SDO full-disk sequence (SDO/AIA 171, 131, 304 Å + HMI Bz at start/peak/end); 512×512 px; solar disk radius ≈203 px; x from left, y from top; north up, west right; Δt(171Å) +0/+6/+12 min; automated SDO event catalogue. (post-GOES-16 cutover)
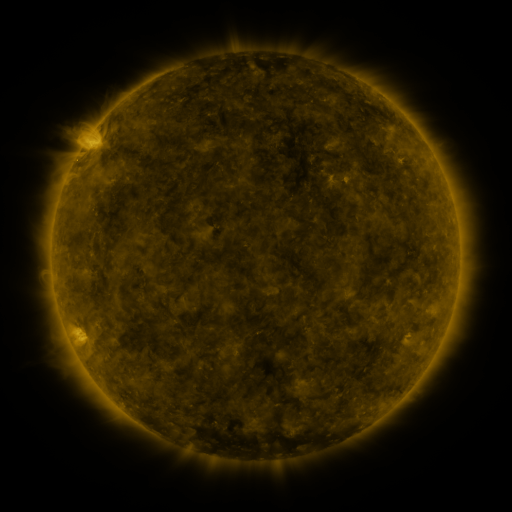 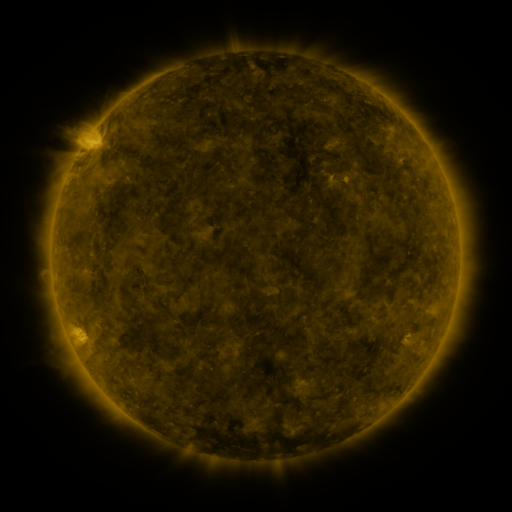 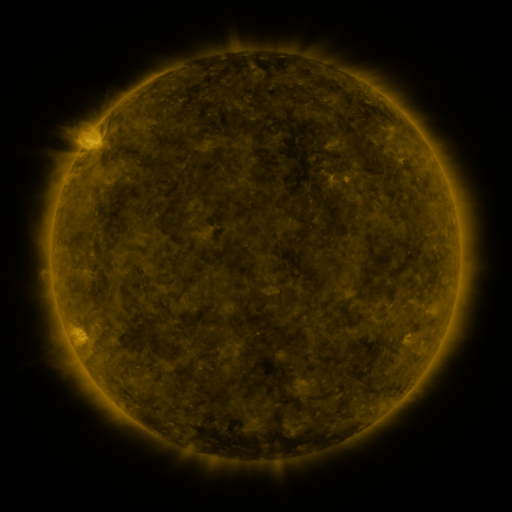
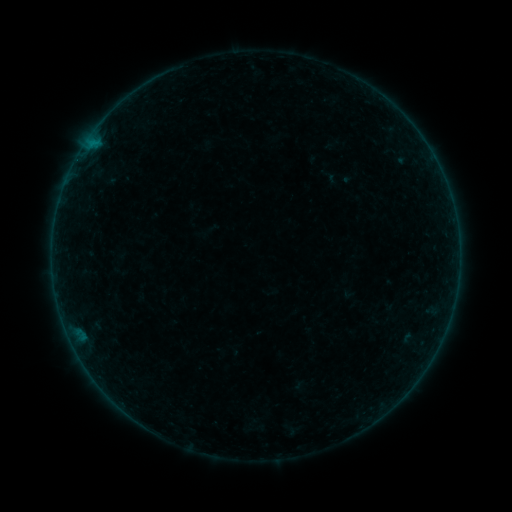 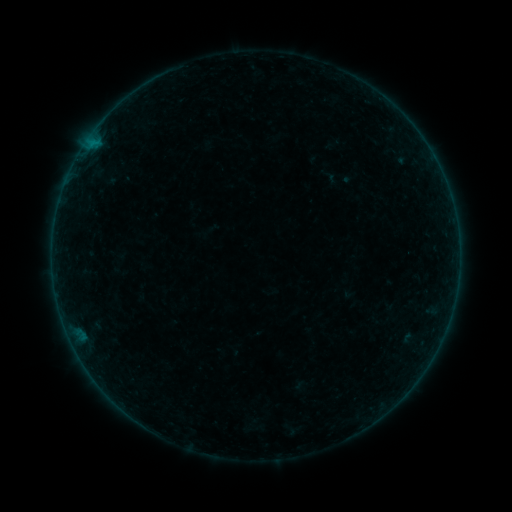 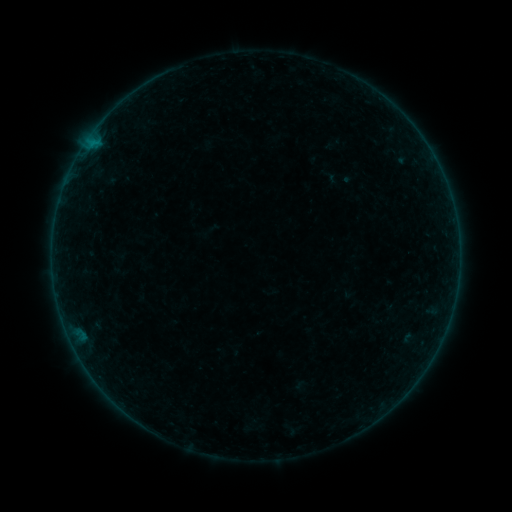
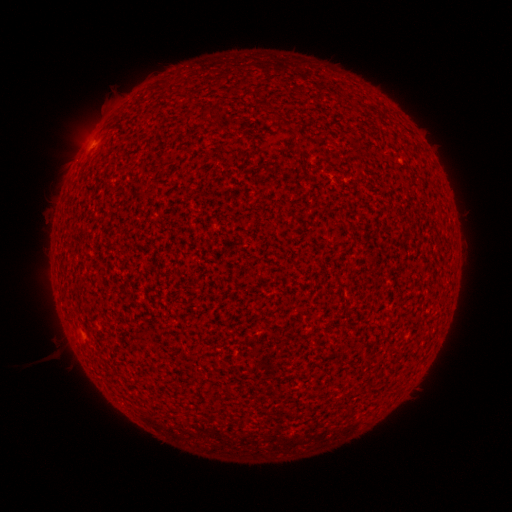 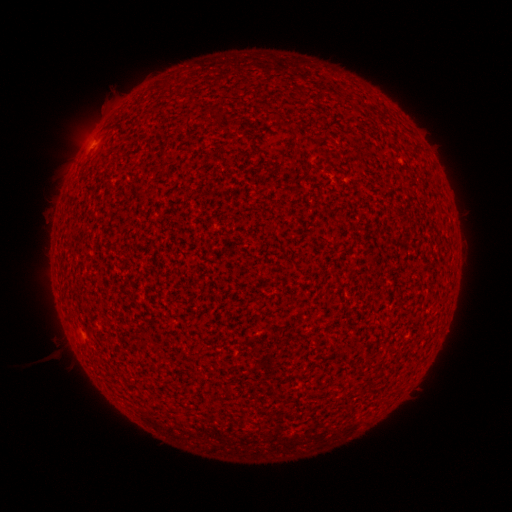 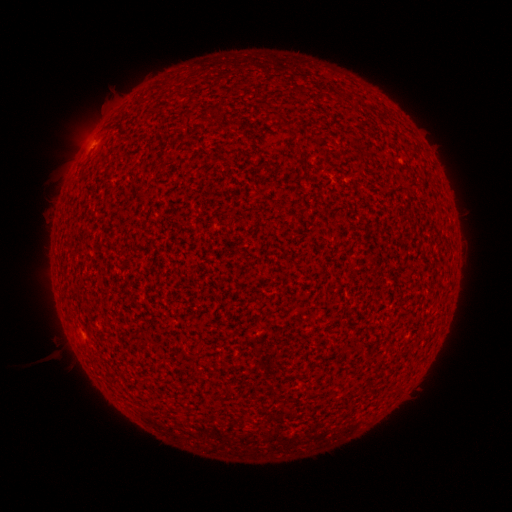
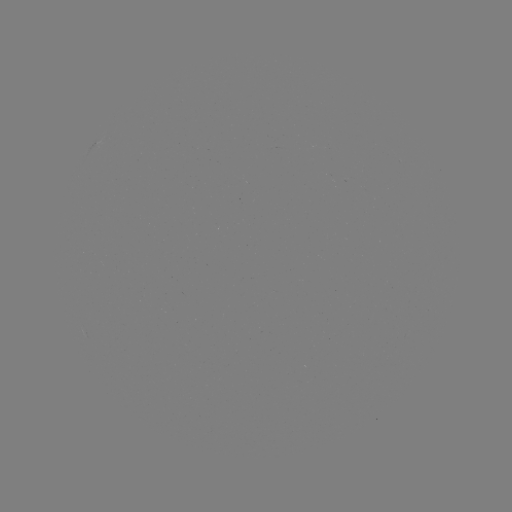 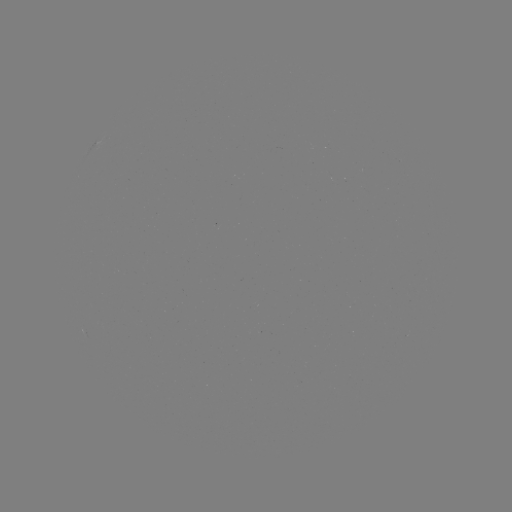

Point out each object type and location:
A2.8 flare: (91, 146)
